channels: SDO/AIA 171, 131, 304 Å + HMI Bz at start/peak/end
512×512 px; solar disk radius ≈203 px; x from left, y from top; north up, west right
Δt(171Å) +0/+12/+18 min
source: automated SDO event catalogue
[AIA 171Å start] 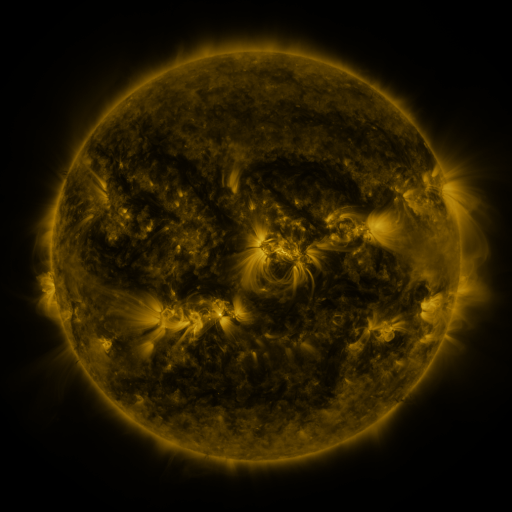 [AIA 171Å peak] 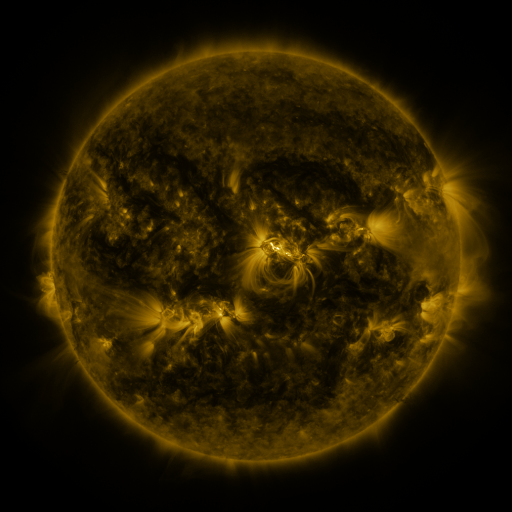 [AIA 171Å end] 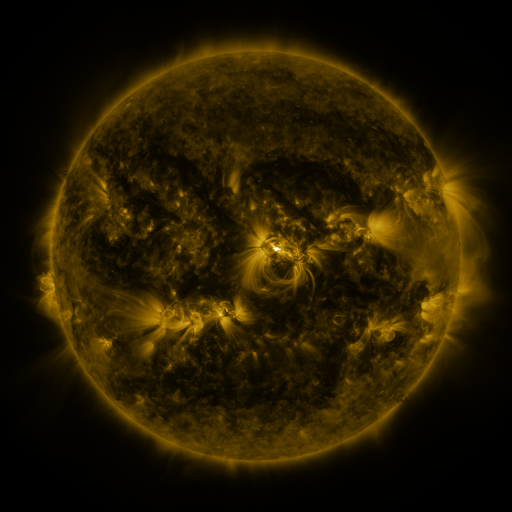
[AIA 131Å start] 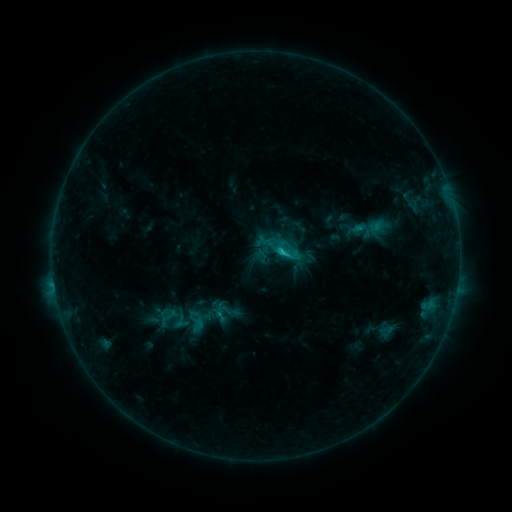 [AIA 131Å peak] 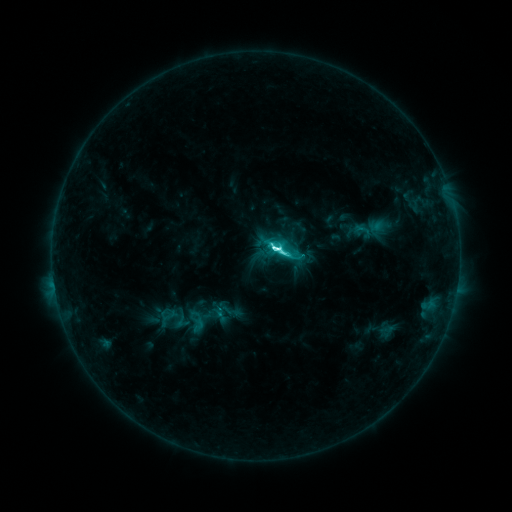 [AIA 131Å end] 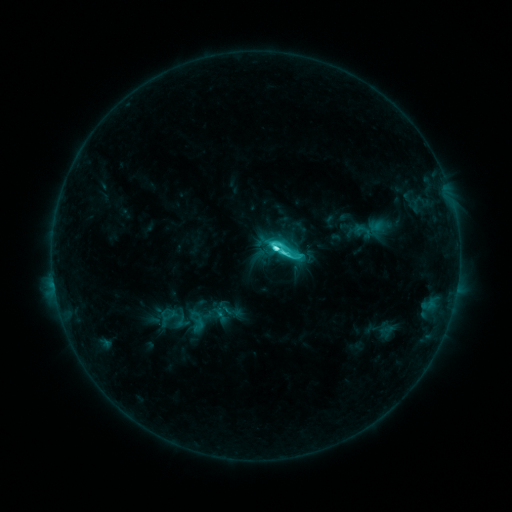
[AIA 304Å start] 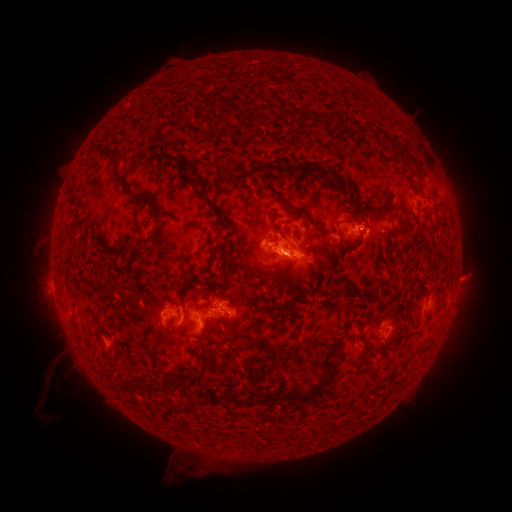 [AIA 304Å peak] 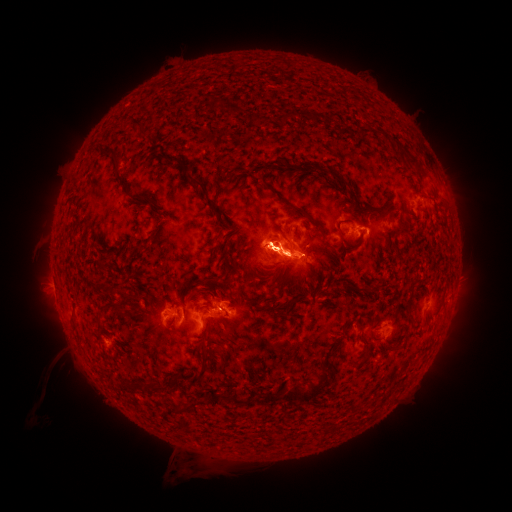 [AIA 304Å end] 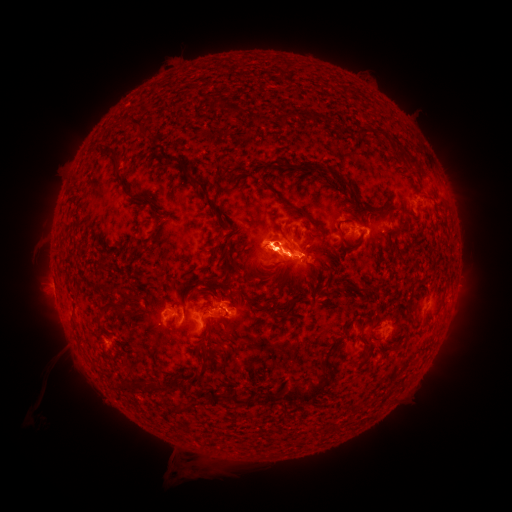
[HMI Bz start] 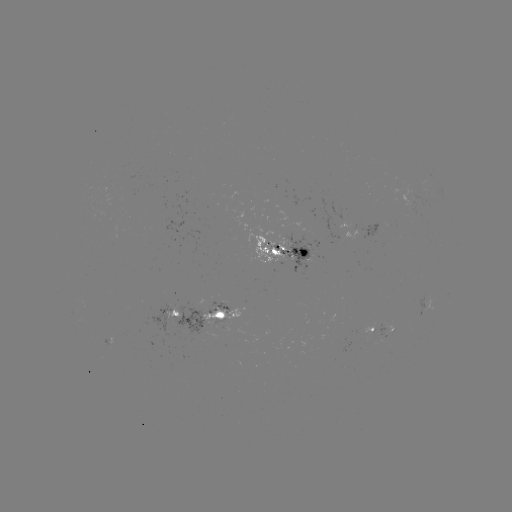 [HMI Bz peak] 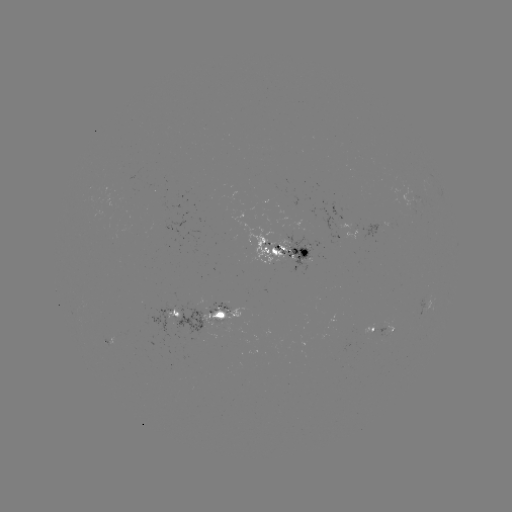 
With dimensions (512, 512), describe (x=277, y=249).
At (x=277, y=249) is M1.4 flare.